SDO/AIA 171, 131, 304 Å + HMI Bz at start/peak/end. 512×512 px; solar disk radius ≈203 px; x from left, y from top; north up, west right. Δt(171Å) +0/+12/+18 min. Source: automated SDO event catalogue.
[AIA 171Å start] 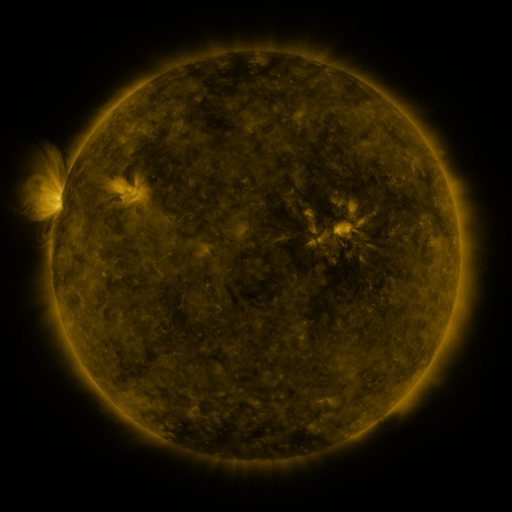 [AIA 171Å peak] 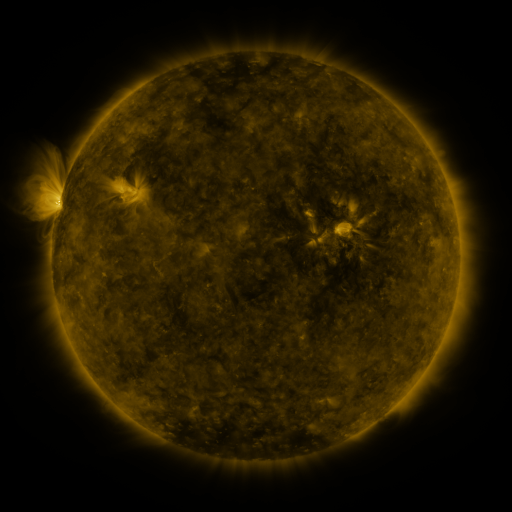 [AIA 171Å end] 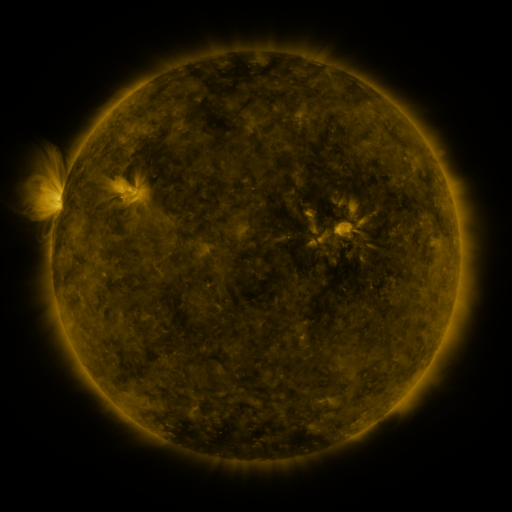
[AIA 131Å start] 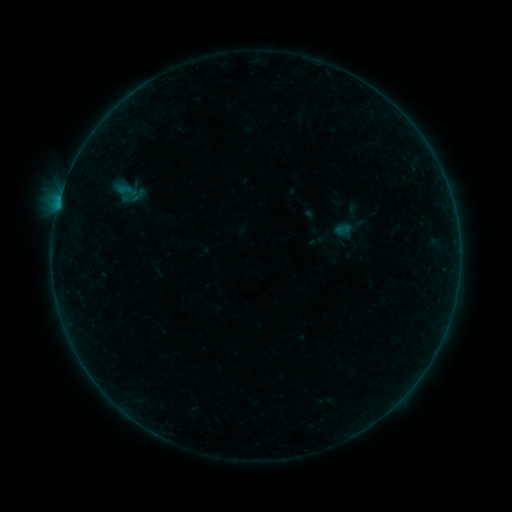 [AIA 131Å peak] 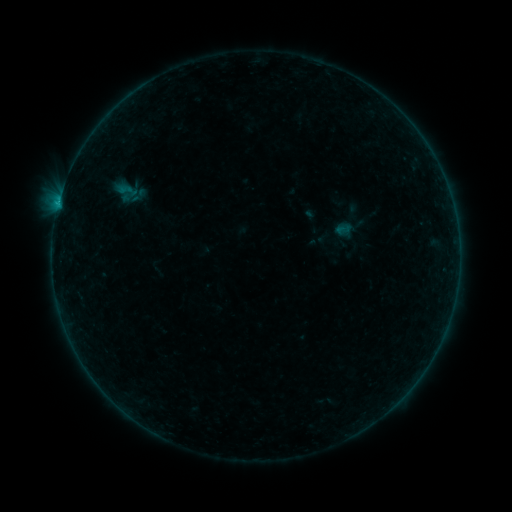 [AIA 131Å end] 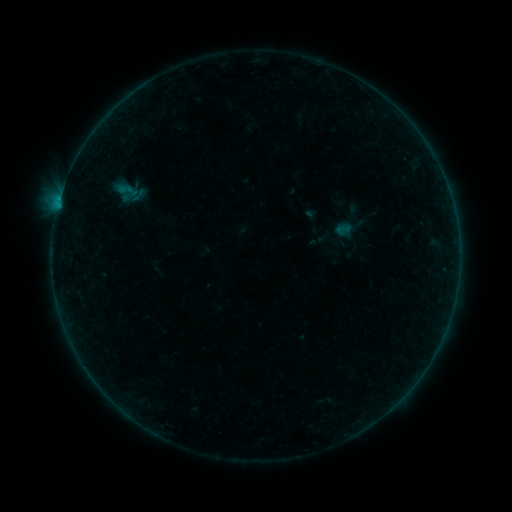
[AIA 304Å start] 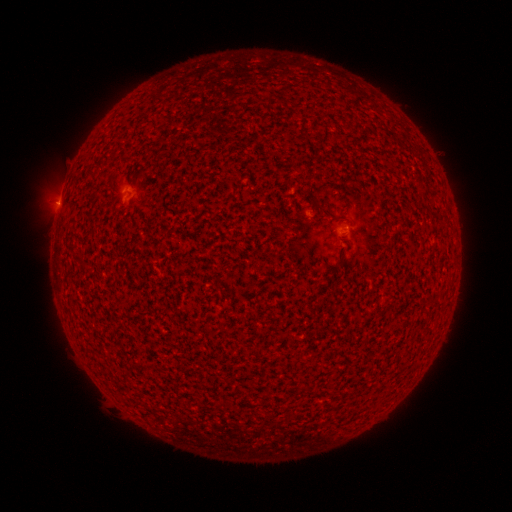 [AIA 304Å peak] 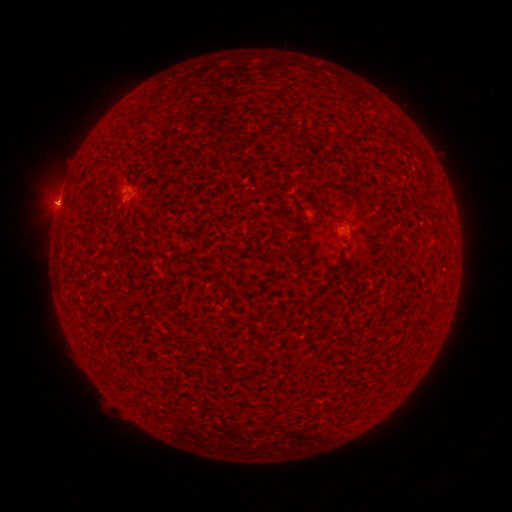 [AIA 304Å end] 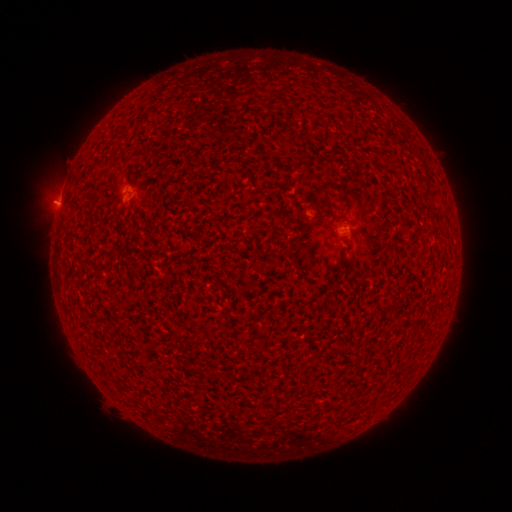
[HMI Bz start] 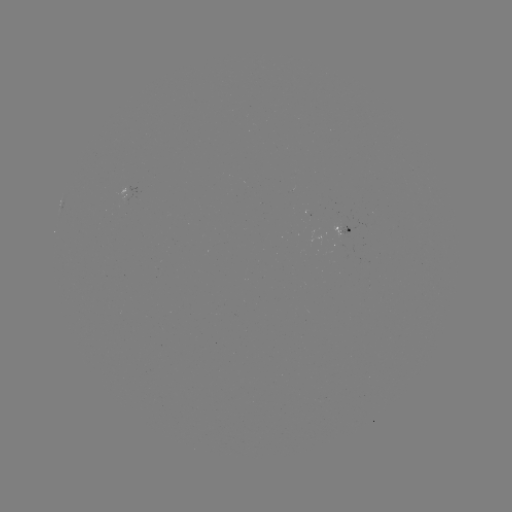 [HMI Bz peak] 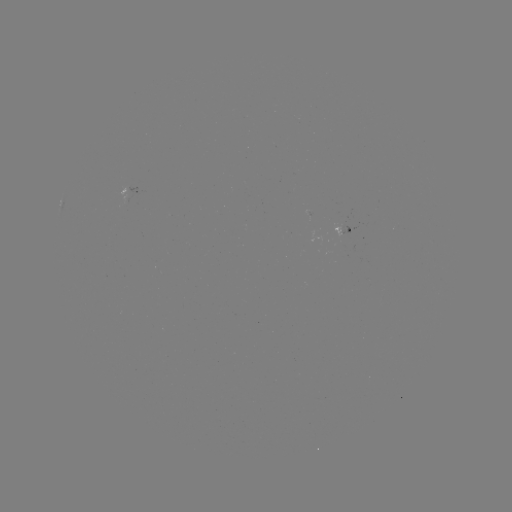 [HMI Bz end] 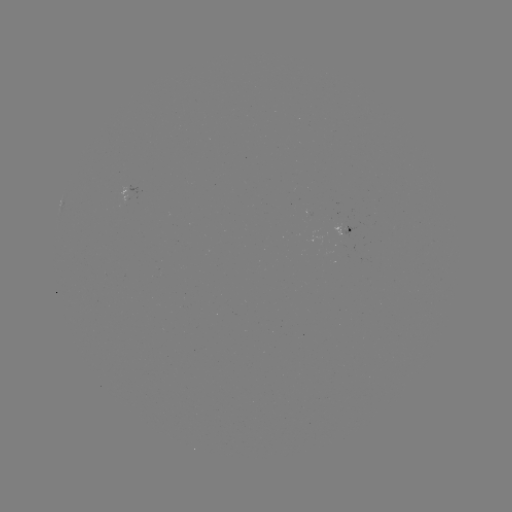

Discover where B2.0 flare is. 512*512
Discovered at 58,206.